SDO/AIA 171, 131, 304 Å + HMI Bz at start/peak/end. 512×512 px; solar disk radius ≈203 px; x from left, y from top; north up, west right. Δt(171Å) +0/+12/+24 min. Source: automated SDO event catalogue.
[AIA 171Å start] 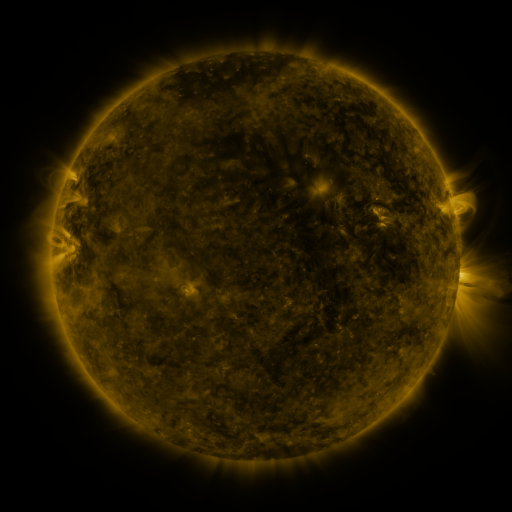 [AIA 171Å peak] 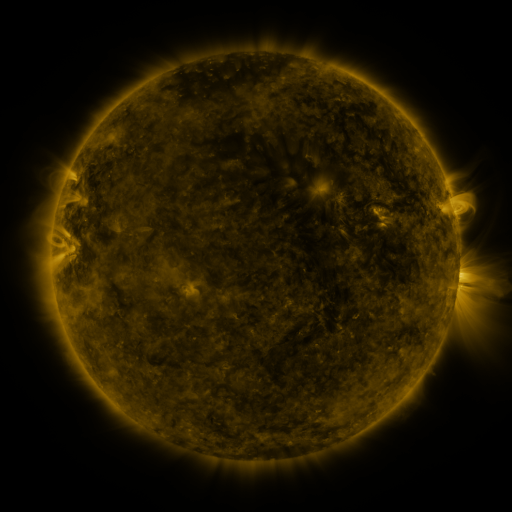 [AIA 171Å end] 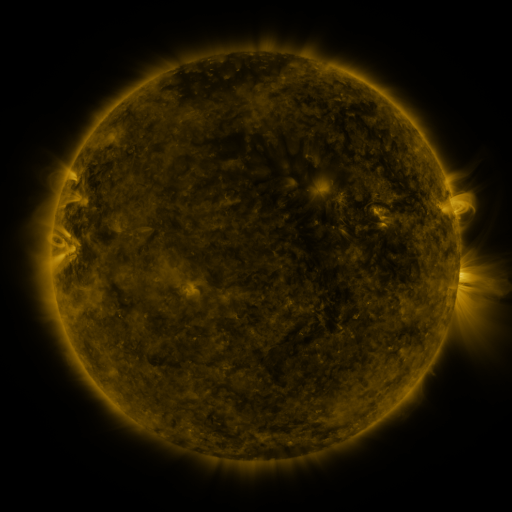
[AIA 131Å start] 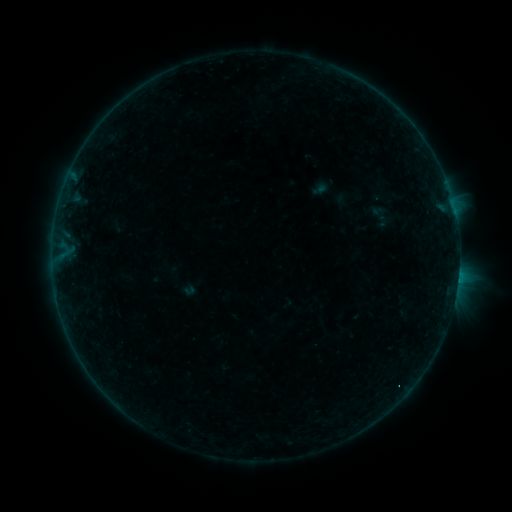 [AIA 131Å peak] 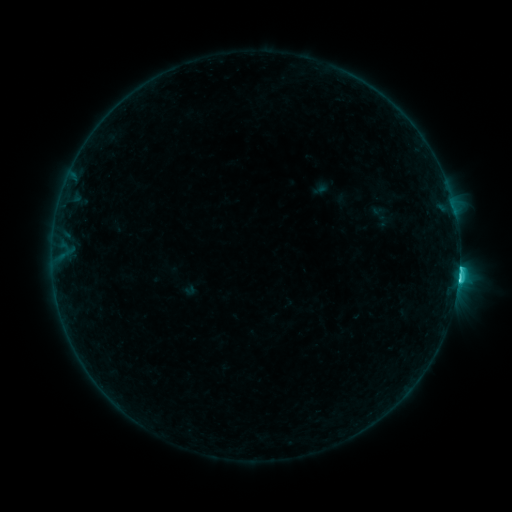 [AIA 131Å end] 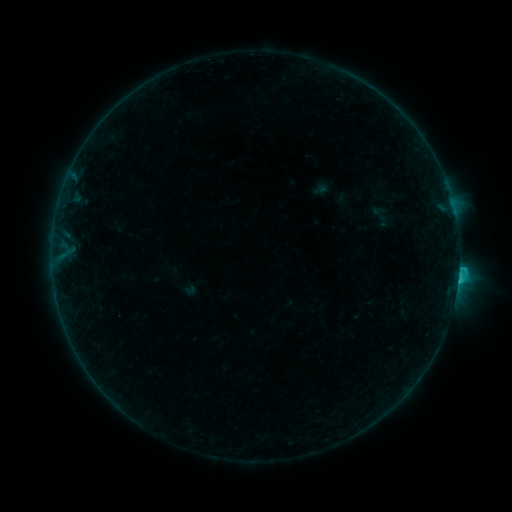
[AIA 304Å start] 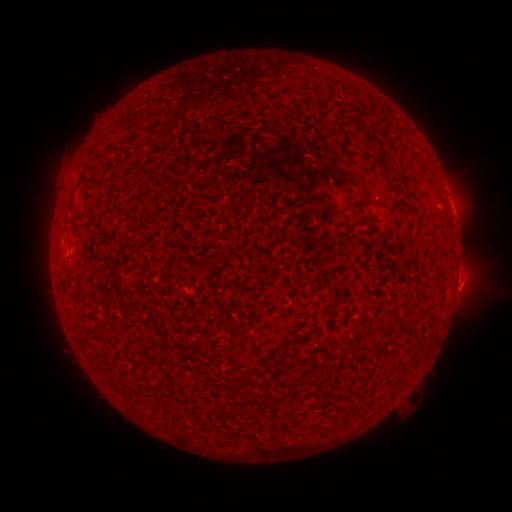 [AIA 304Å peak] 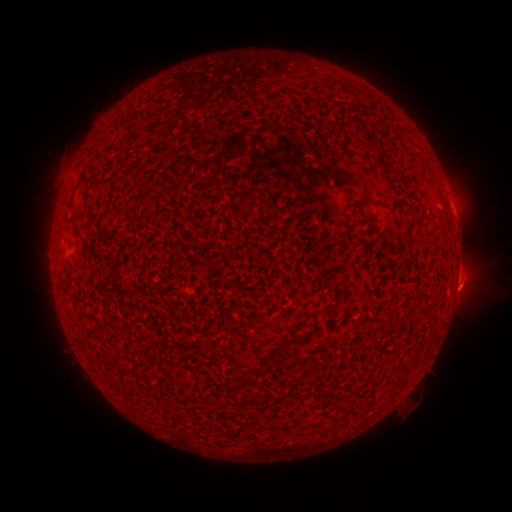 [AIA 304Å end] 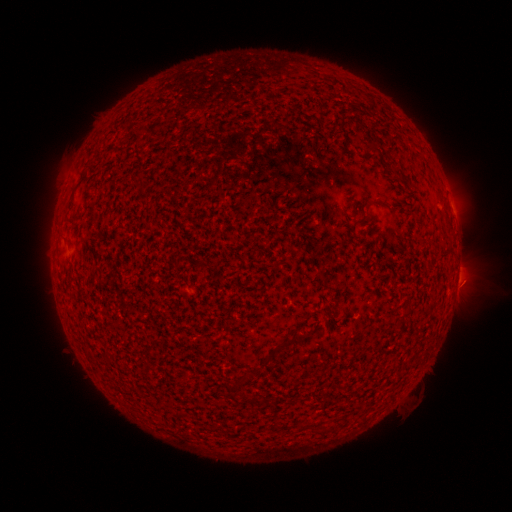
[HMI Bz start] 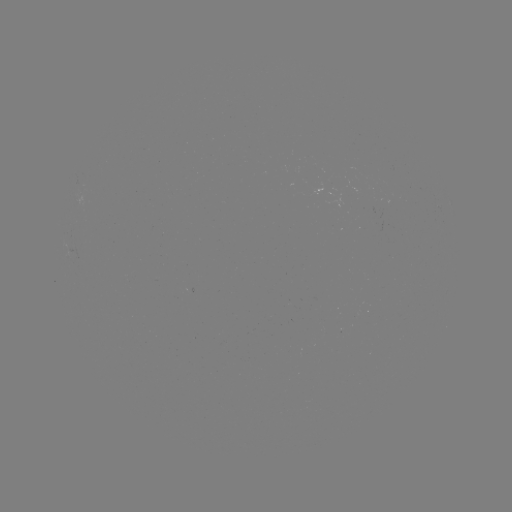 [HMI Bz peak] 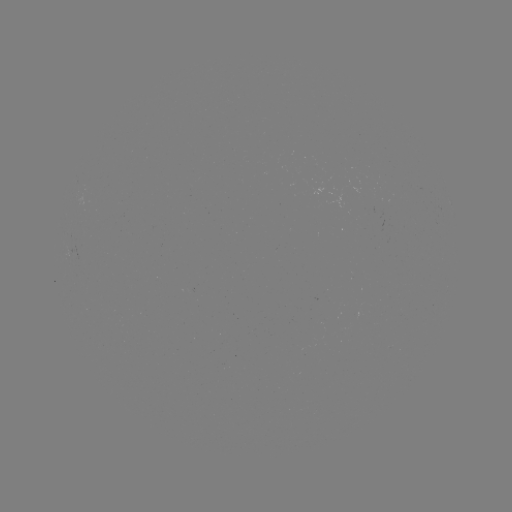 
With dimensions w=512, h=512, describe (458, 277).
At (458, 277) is C2.8 flare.